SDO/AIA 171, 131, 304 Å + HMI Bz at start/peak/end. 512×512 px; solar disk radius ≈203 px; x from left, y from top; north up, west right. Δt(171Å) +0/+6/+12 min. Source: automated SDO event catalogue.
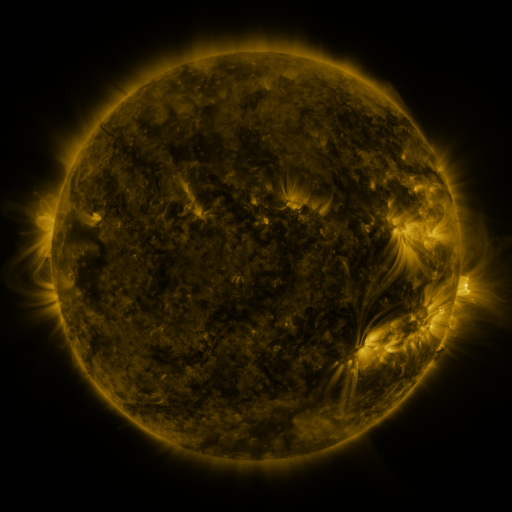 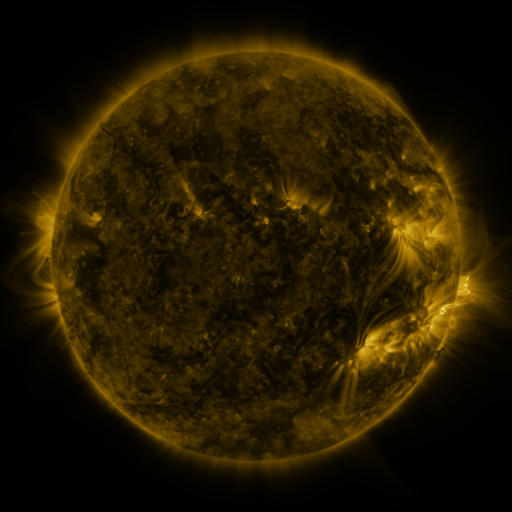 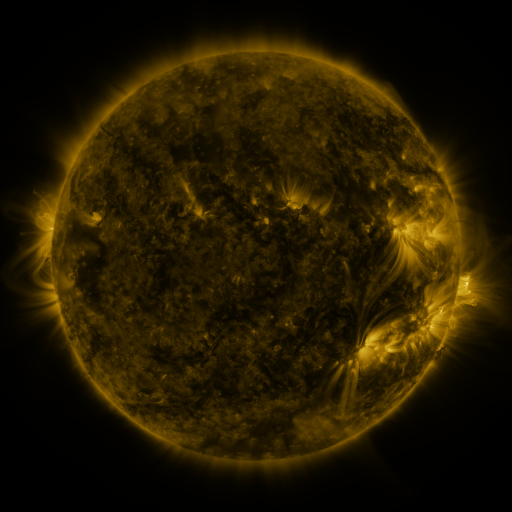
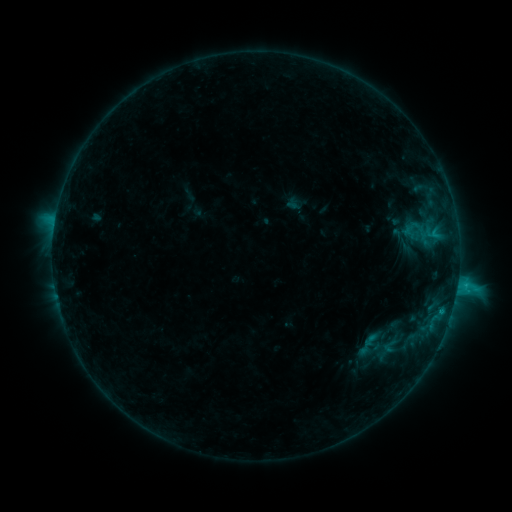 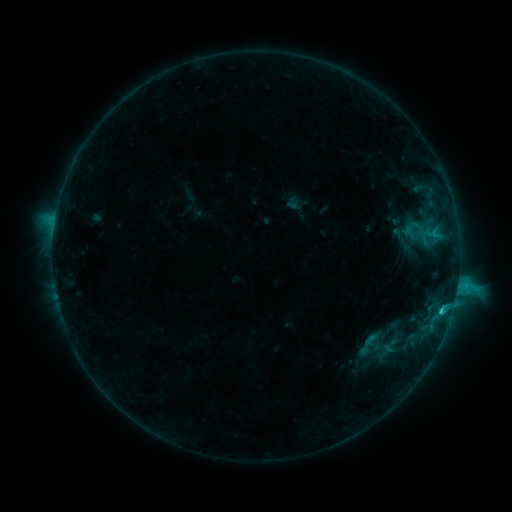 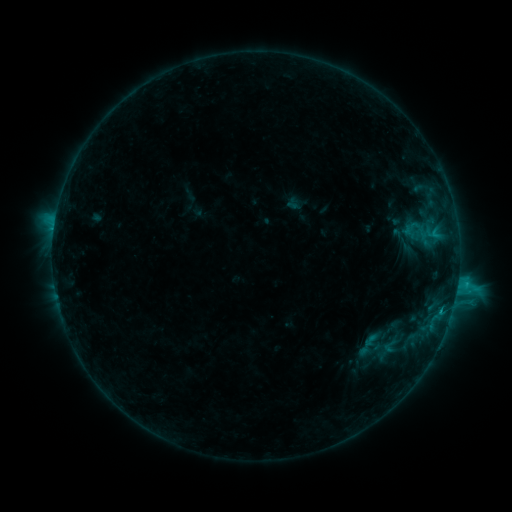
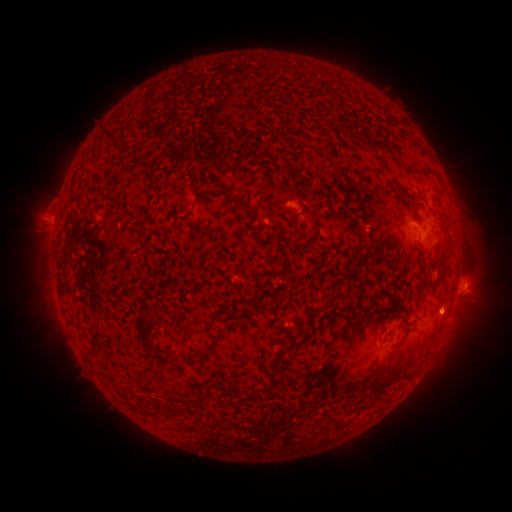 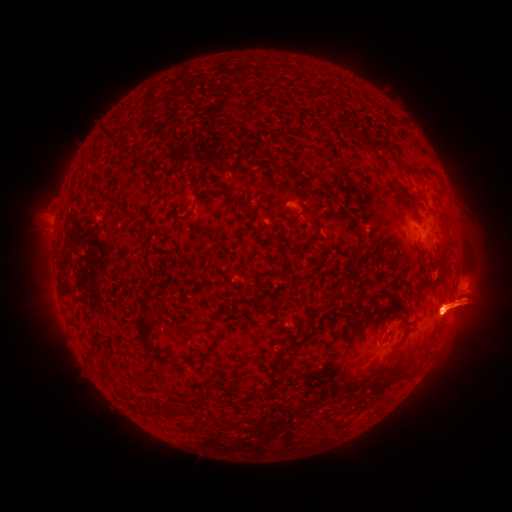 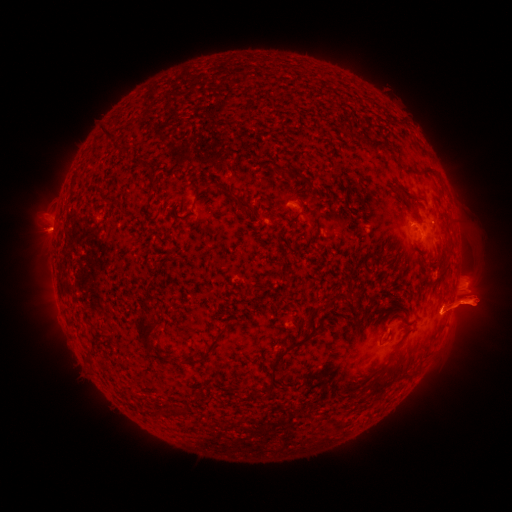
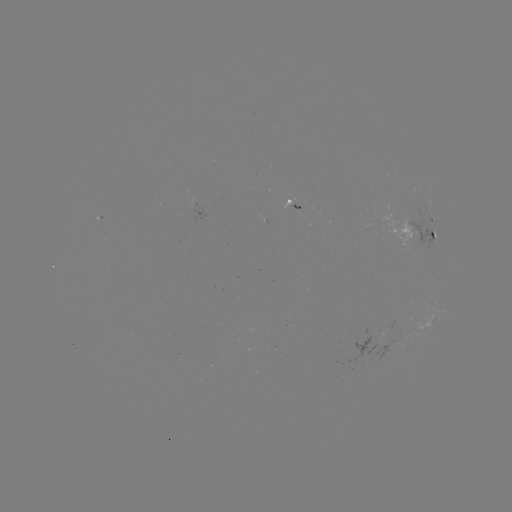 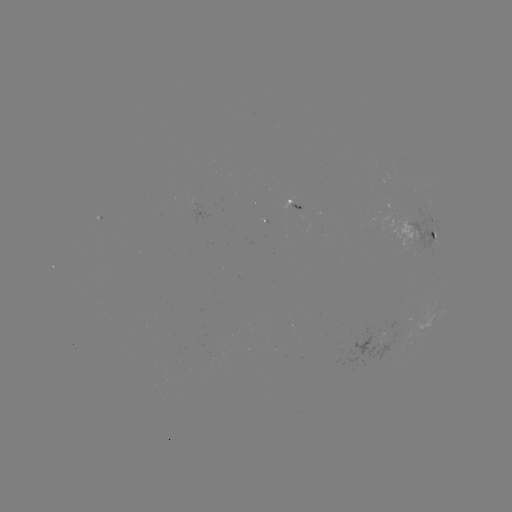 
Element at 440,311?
C2.3 flare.